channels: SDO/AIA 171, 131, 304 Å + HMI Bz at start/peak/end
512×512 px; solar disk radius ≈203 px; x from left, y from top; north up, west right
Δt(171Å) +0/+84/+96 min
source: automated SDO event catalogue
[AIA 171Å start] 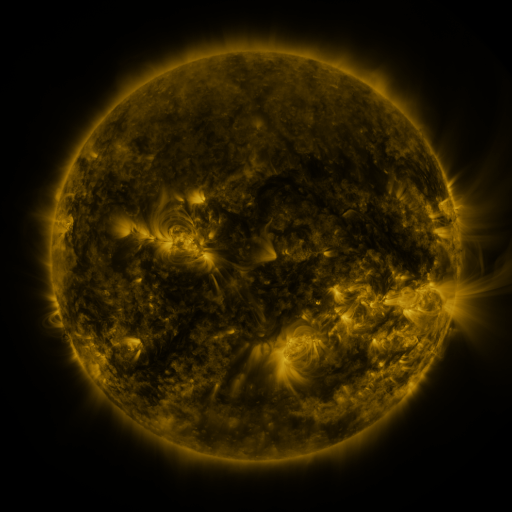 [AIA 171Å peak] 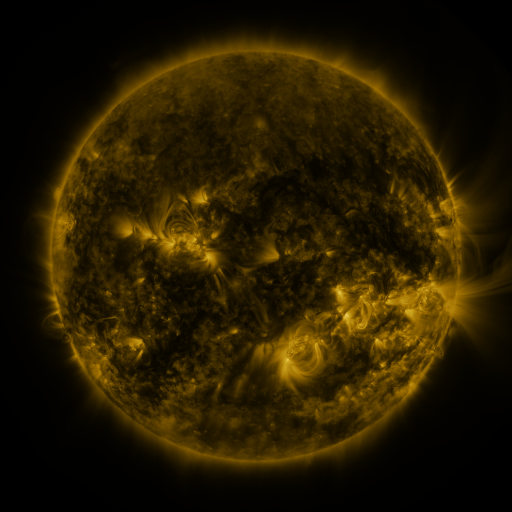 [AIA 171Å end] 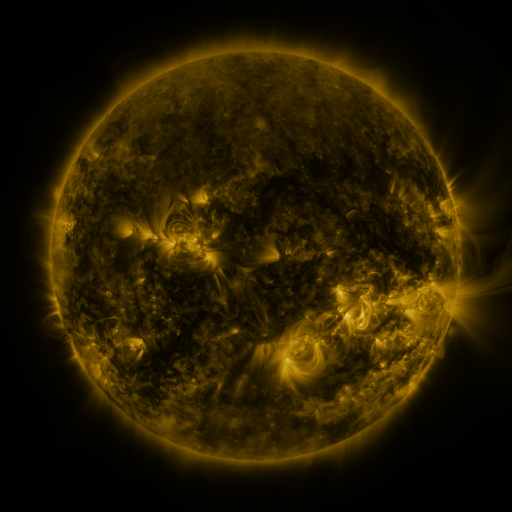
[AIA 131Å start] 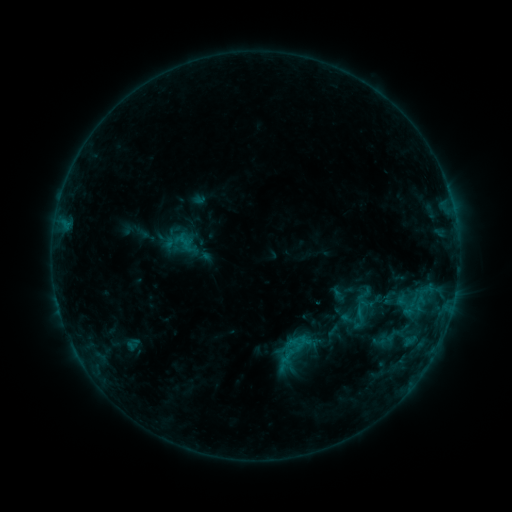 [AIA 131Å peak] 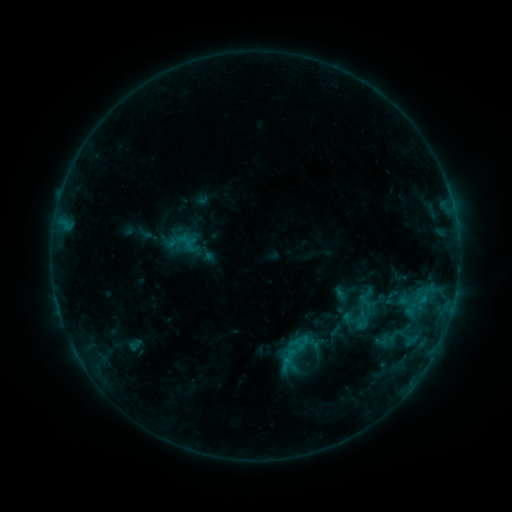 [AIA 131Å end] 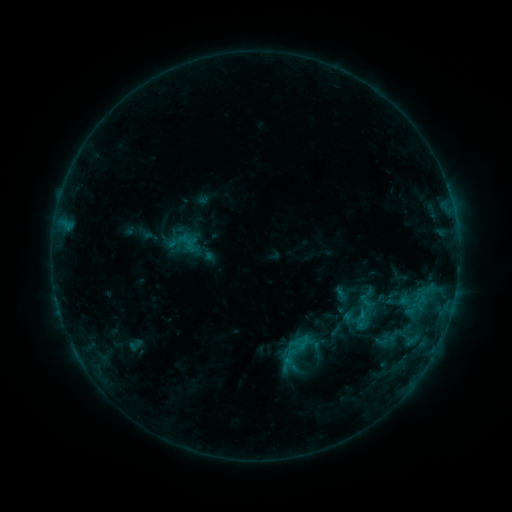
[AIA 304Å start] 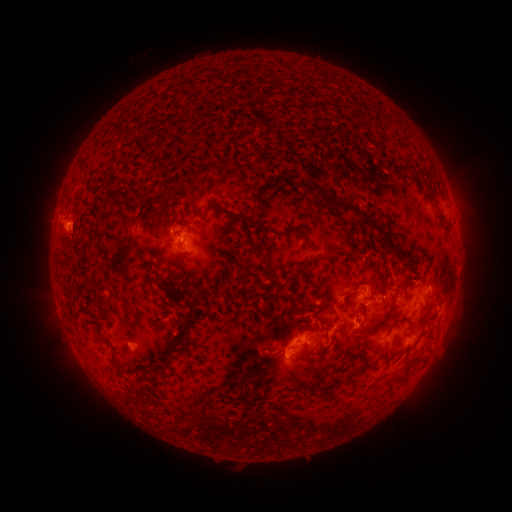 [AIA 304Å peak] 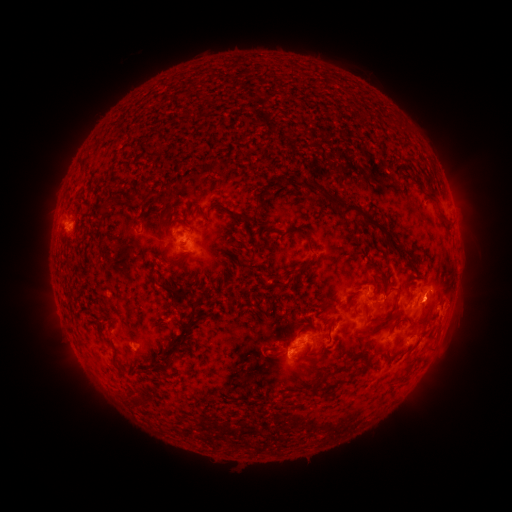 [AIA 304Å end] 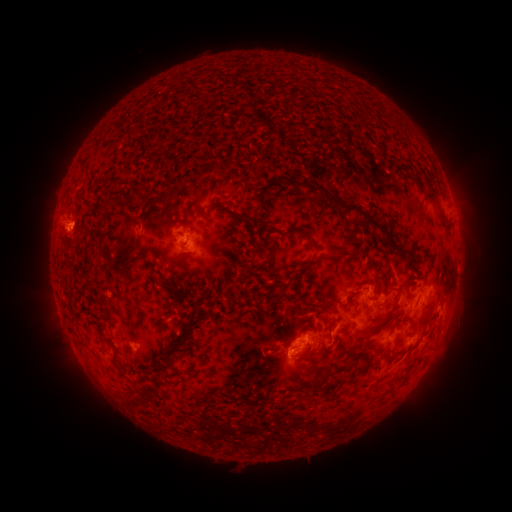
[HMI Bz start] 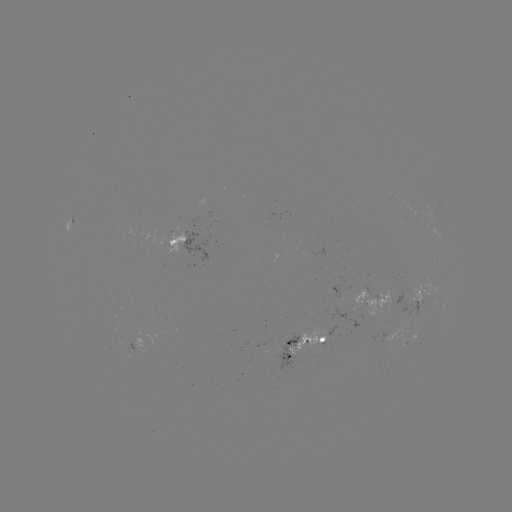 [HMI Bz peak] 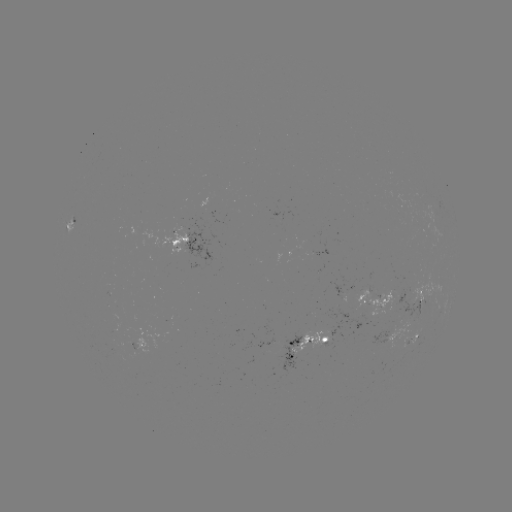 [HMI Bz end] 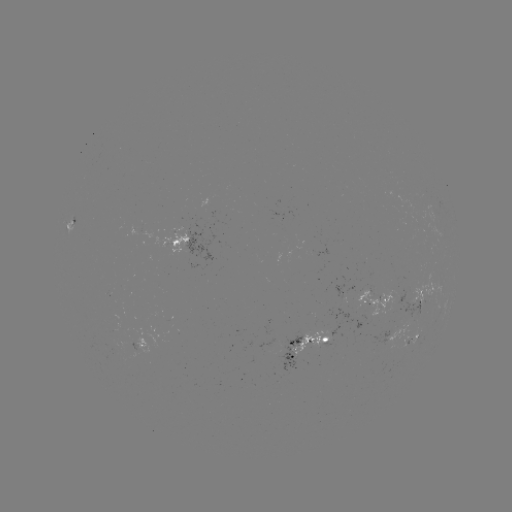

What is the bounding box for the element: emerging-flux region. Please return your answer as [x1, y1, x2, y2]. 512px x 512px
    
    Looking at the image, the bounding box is [291, 331, 330, 358].